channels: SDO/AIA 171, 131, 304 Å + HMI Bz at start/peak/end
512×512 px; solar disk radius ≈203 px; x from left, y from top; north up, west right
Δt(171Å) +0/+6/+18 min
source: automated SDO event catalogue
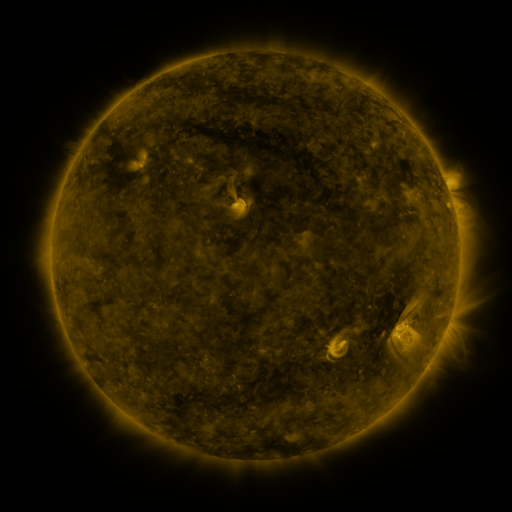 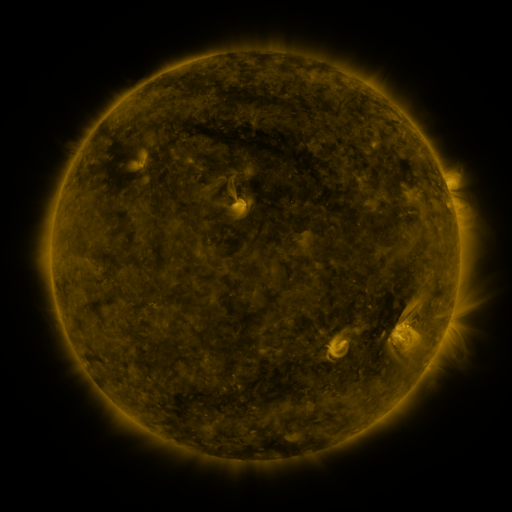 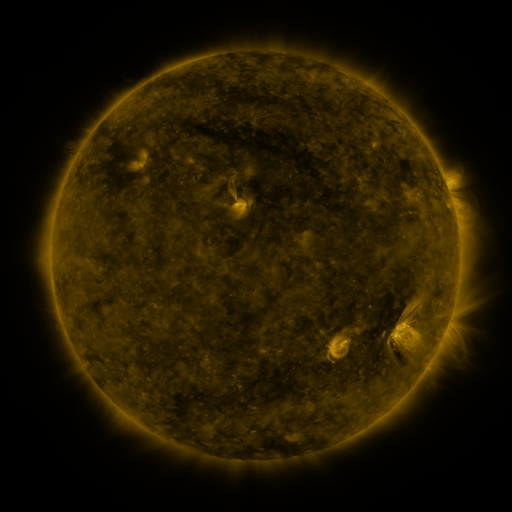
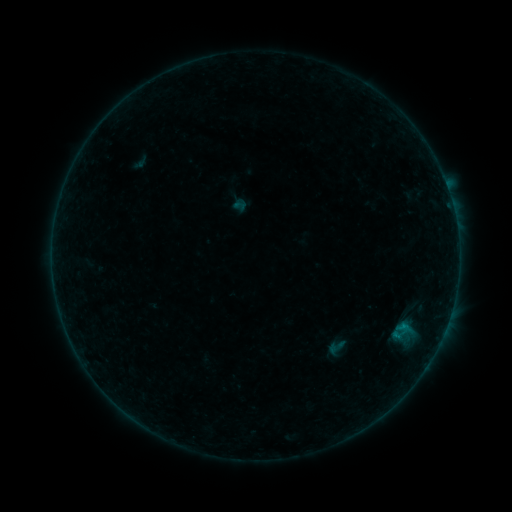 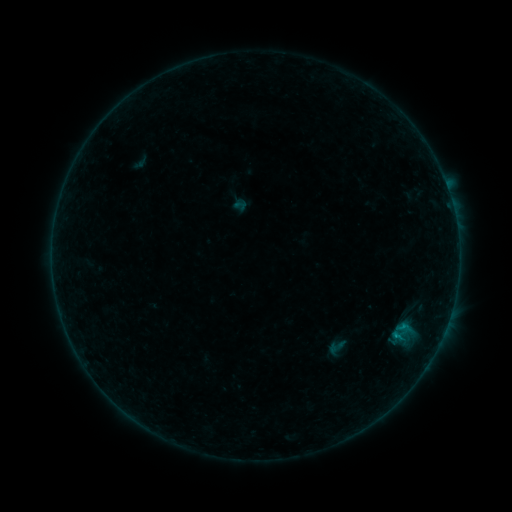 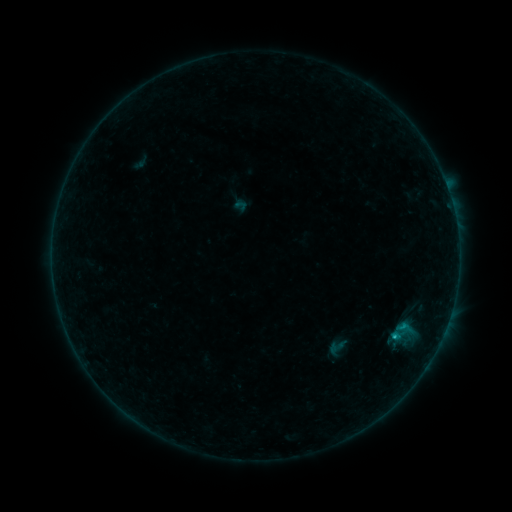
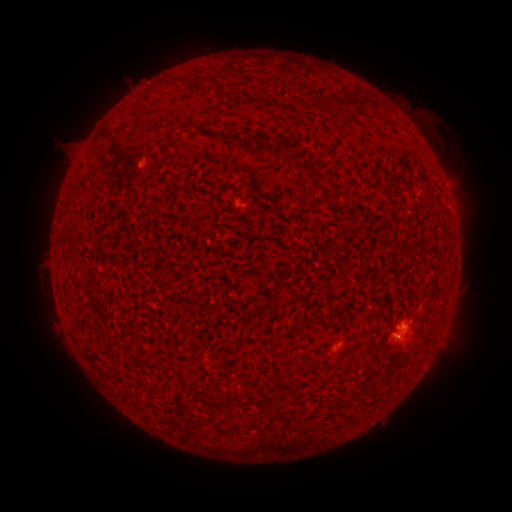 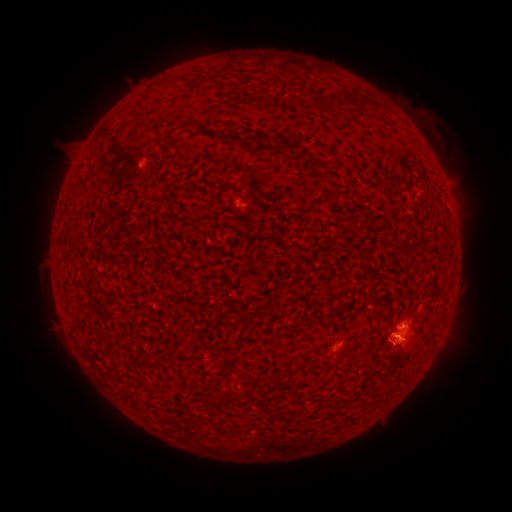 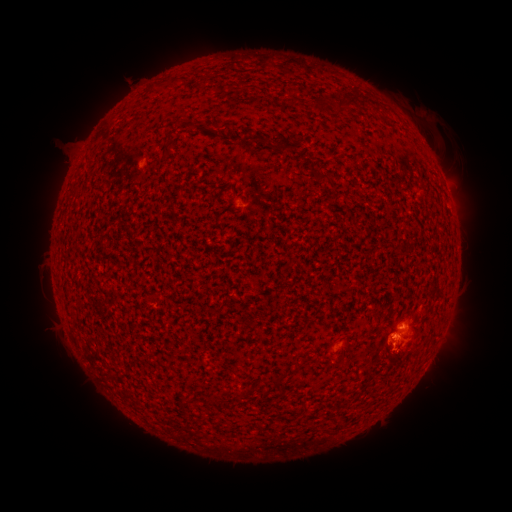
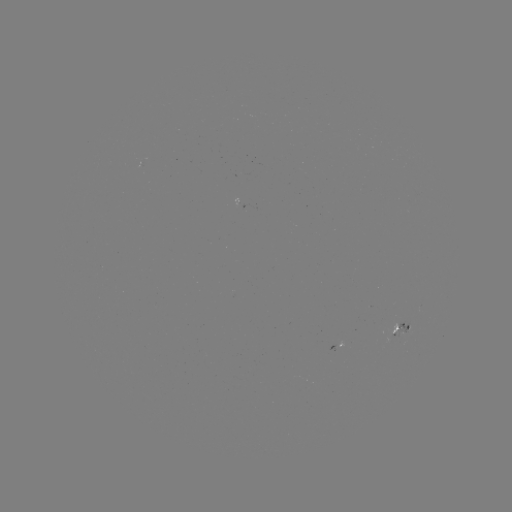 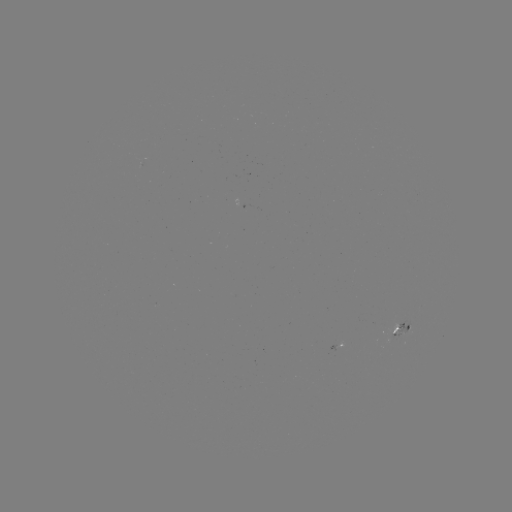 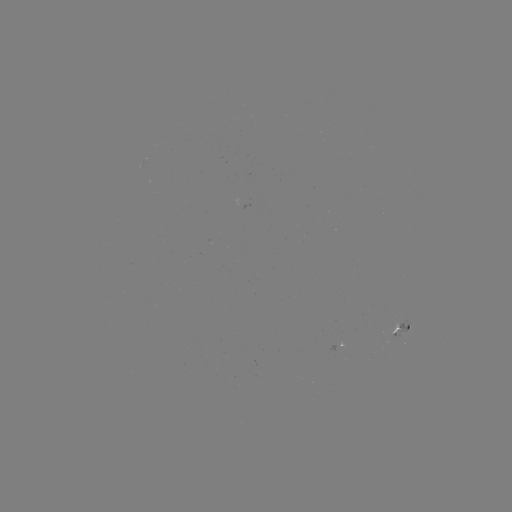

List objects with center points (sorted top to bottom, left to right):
eruption: (404, 344)
